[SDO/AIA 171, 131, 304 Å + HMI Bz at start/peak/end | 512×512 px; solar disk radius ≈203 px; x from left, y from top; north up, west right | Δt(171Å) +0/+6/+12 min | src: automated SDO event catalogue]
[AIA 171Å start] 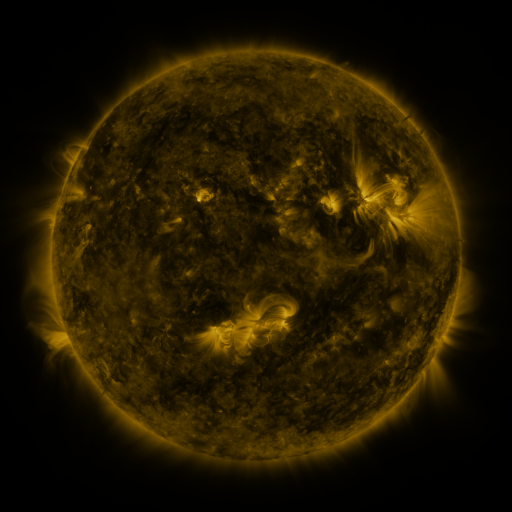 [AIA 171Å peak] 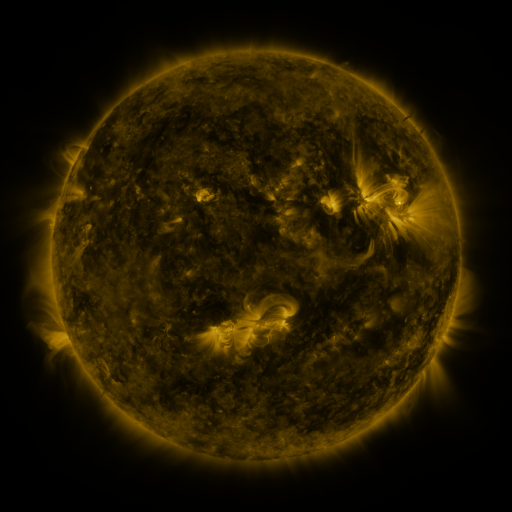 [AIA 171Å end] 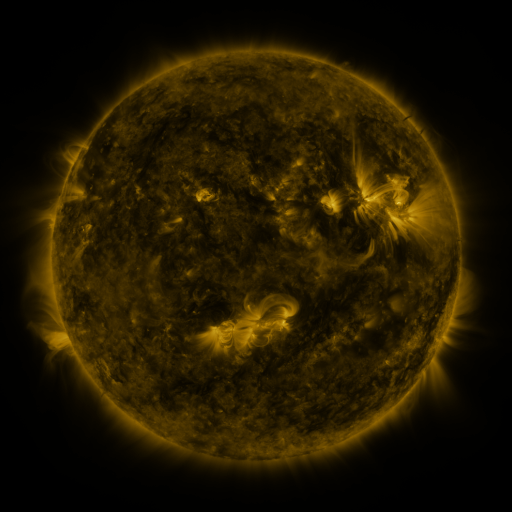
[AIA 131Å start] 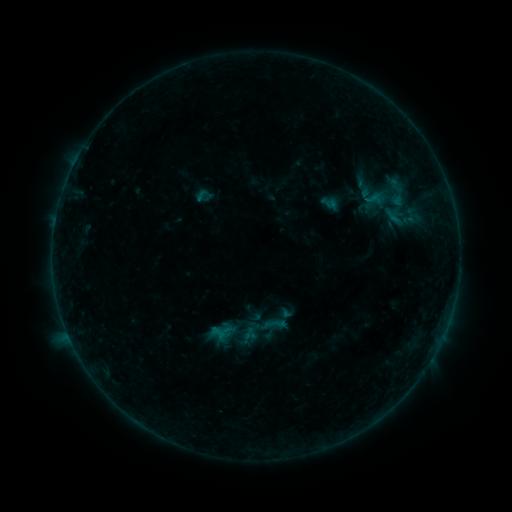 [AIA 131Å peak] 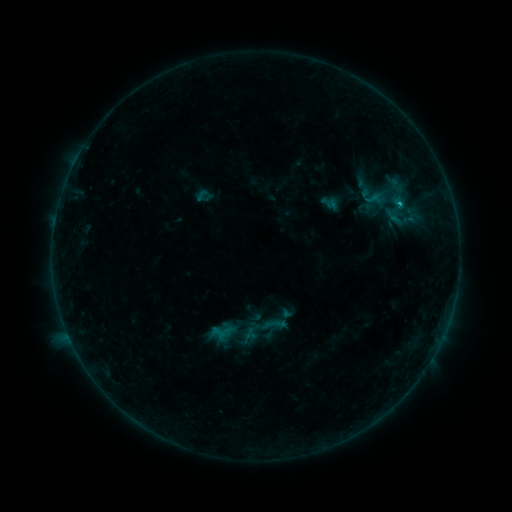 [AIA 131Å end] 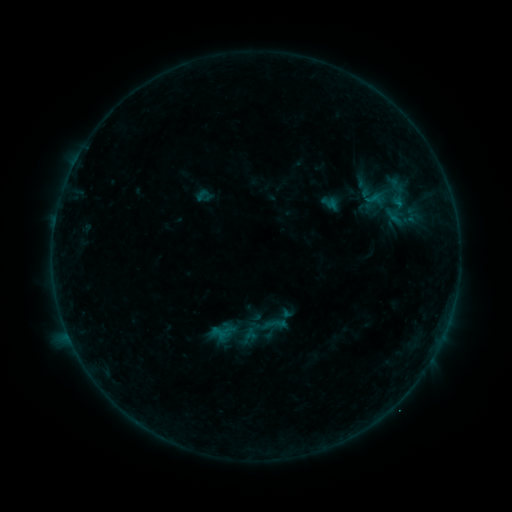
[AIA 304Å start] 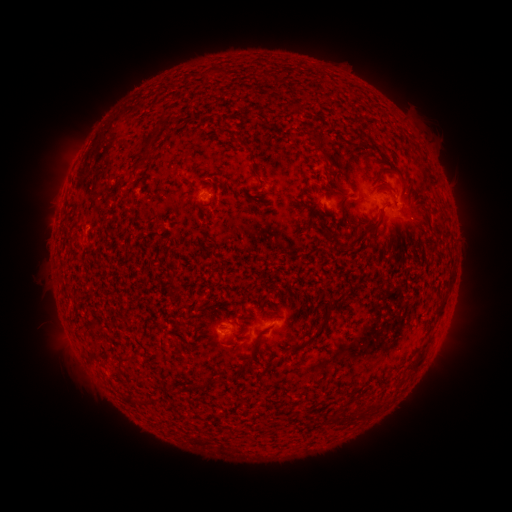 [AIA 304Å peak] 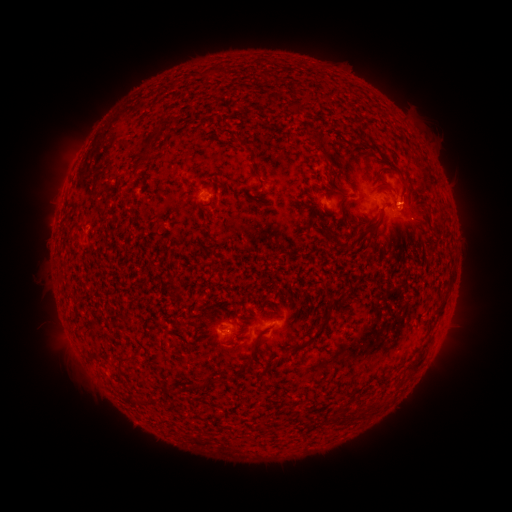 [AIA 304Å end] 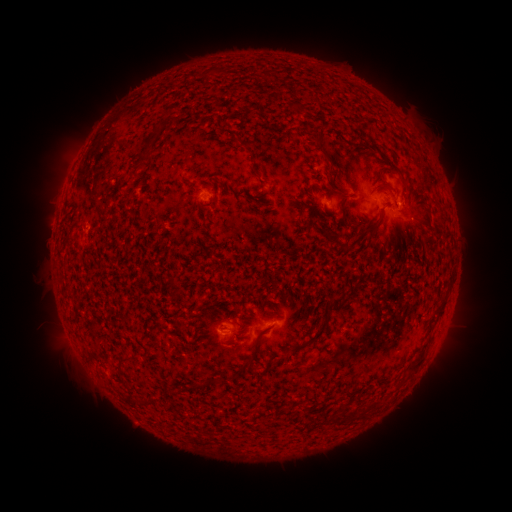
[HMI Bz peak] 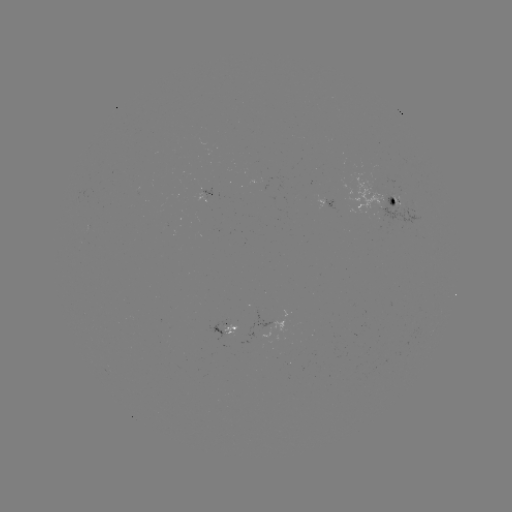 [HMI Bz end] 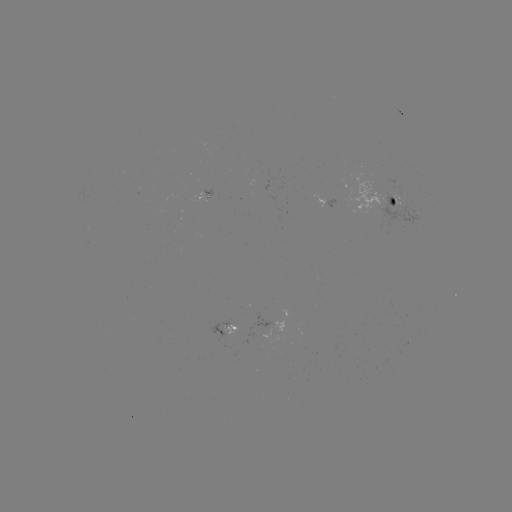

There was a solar flare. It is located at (399, 204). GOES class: B5.7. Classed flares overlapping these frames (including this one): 1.